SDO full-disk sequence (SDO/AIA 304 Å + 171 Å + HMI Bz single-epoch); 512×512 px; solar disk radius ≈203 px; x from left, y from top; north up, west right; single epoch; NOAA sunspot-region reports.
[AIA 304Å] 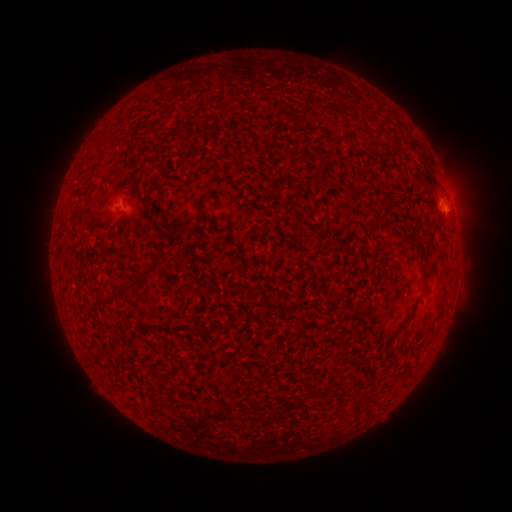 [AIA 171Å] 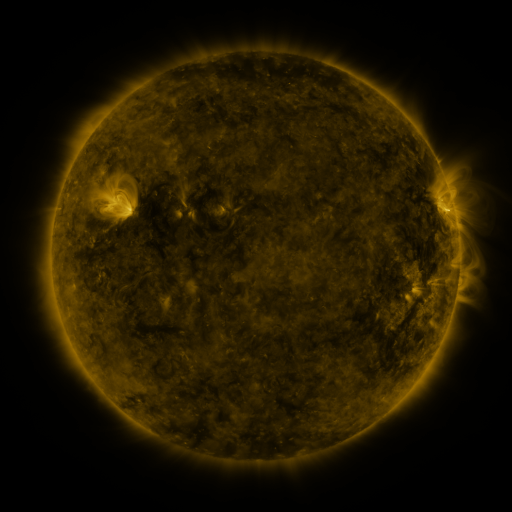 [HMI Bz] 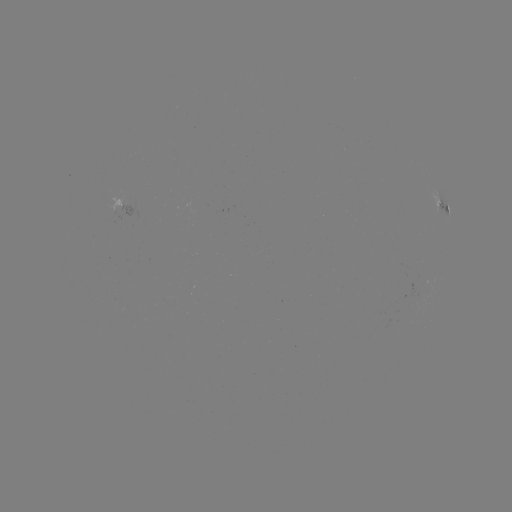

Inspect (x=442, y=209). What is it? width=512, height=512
spotted active region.